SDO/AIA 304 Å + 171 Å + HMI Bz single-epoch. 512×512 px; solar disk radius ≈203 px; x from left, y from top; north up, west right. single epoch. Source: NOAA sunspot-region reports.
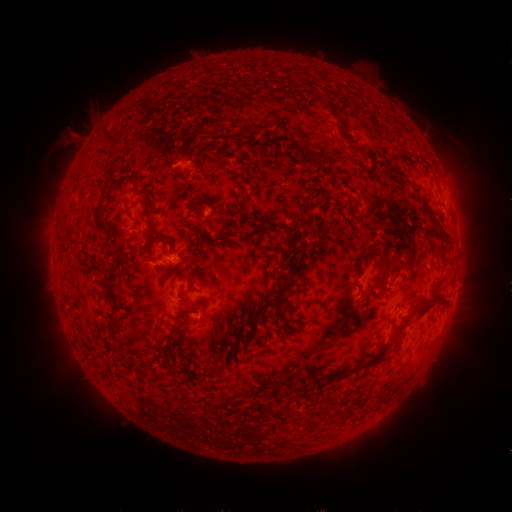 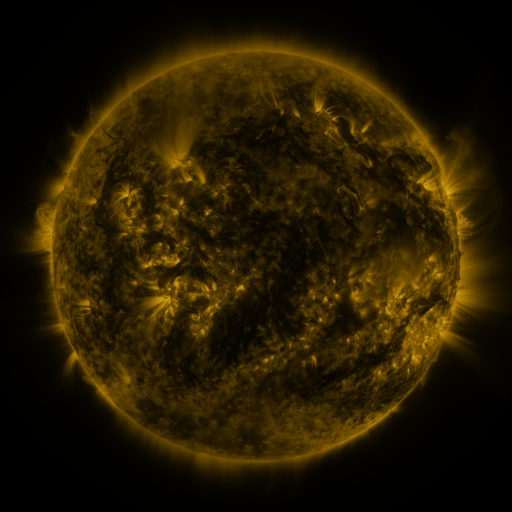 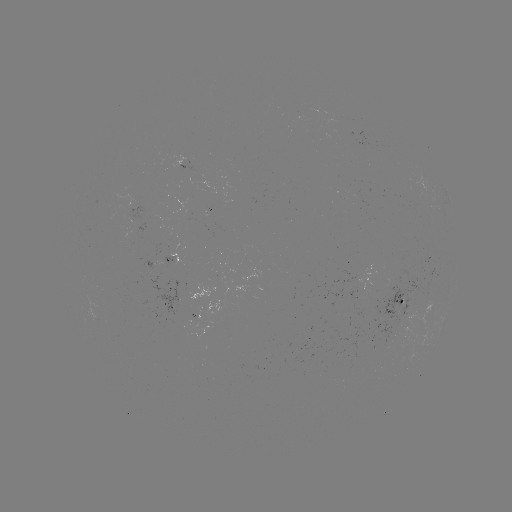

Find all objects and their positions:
spotted active region: (188, 165)
spotted active region: (367, 280)
spotted active region: (401, 301)
